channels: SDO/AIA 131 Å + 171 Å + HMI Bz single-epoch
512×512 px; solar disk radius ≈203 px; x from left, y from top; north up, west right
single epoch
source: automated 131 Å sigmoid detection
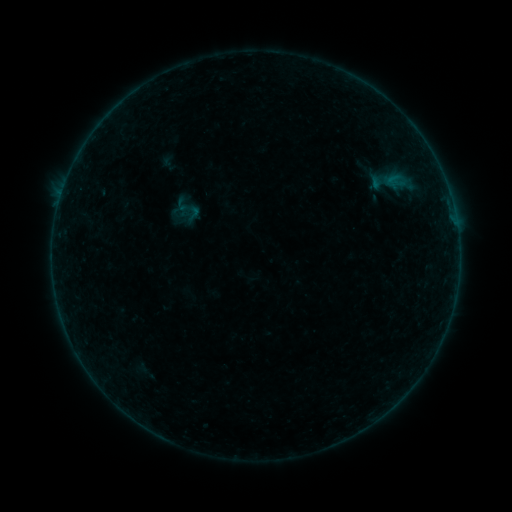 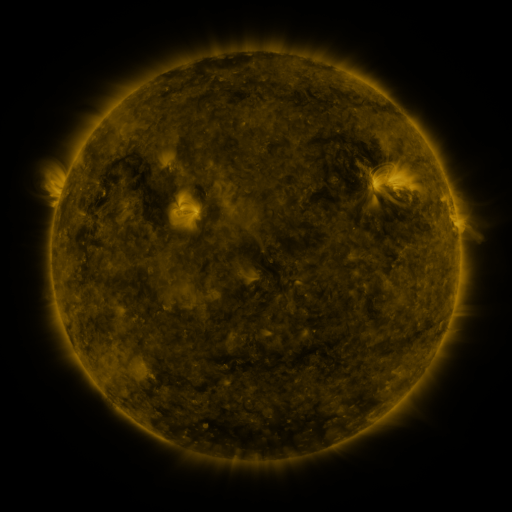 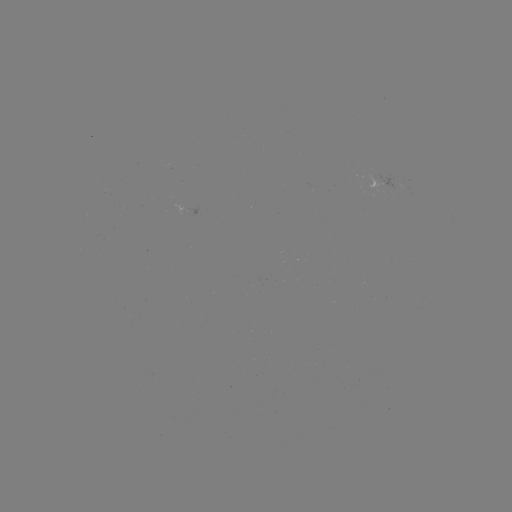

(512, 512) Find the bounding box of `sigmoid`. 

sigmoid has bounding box [184, 204, 202, 222].